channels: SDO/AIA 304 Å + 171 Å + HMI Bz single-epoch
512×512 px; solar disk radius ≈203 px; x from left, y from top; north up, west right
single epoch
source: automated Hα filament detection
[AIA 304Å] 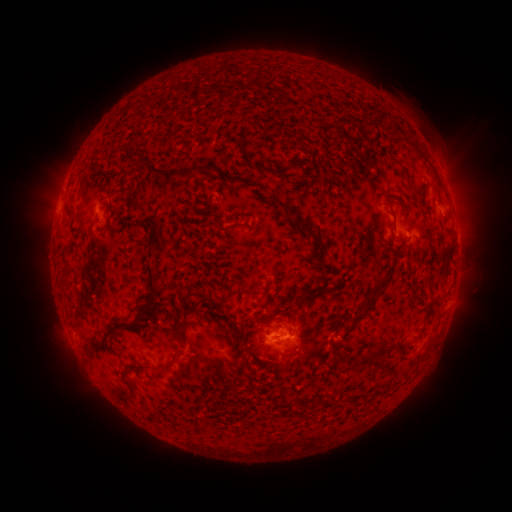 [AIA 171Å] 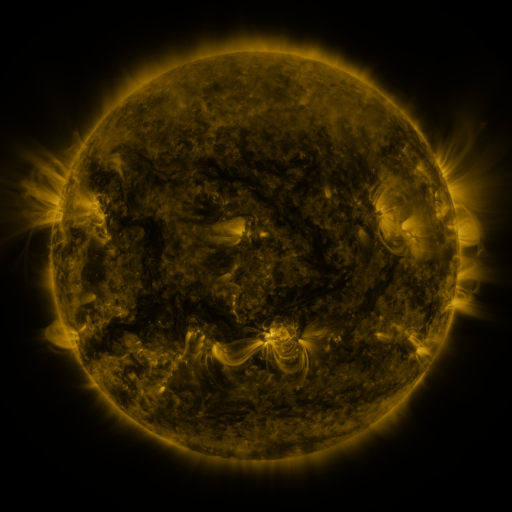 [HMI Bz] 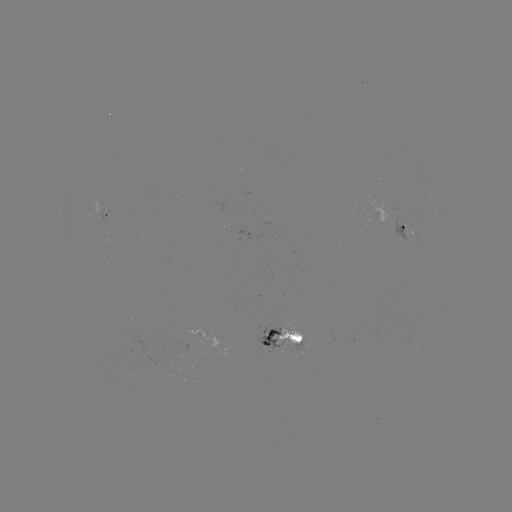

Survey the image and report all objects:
filament: [411, 143, 432, 167]
filament: [146, 161, 217, 185]
filament: [260, 163, 287, 176]
filament: [398, 165, 410, 181]
filament: [428, 179, 444, 203]
filament: [273, 199, 290, 213]
filament: [385, 202, 396, 218]
filament: [62, 206, 76, 220]
filament: [236, 211, 255, 228]
filament: [289, 215, 318, 240]
filament: [231, 220, 241, 227]
filament: [142, 221, 156, 234]
filament: [118, 251, 160, 332]
filament: [62, 258, 70, 276]
filament: [348, 275, 389, 326]
filament: [178, 291, 219, 310]
filament: [296, 295, 306, 306]
filament: [175, 307, 189, 330]
filament: [368, 341, 392, 358]
filament: [330, 346, 340, 360]
filament: [165, 349, 187, 372]
filament: [282, 350, 292, 355]
filament: [121, 371, 139, 403]
